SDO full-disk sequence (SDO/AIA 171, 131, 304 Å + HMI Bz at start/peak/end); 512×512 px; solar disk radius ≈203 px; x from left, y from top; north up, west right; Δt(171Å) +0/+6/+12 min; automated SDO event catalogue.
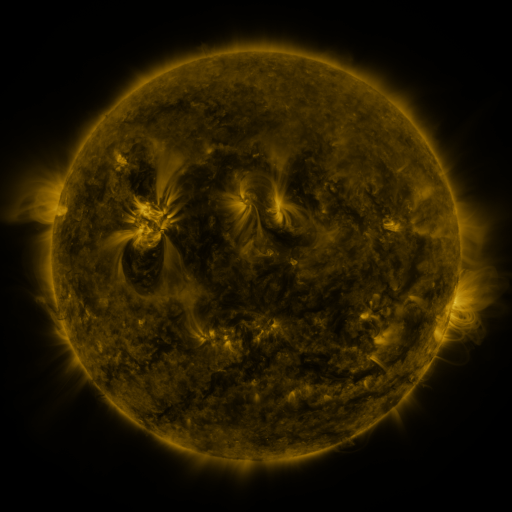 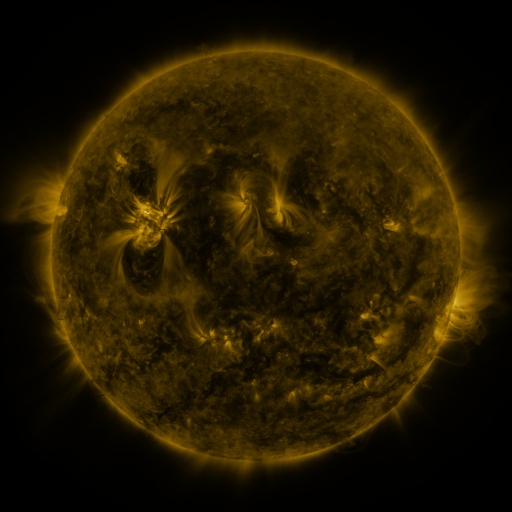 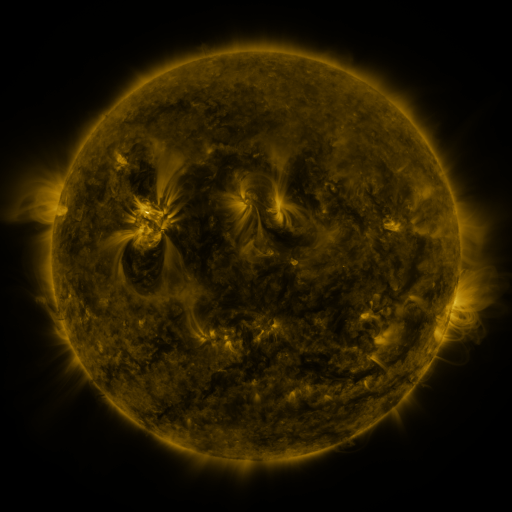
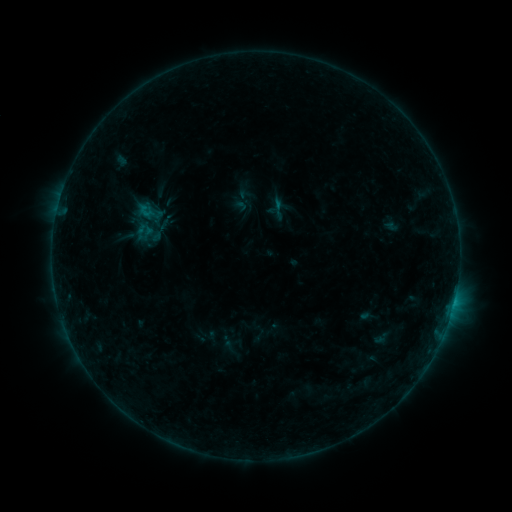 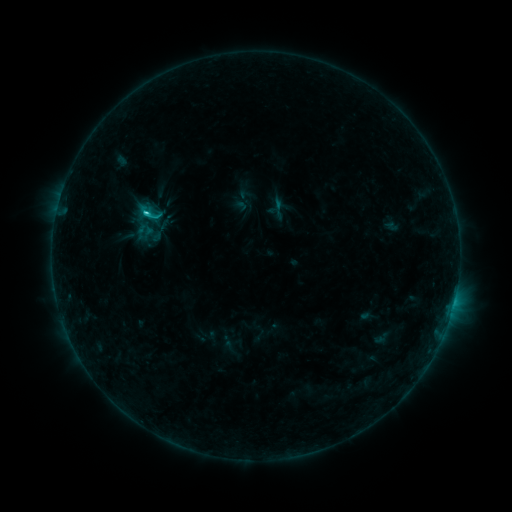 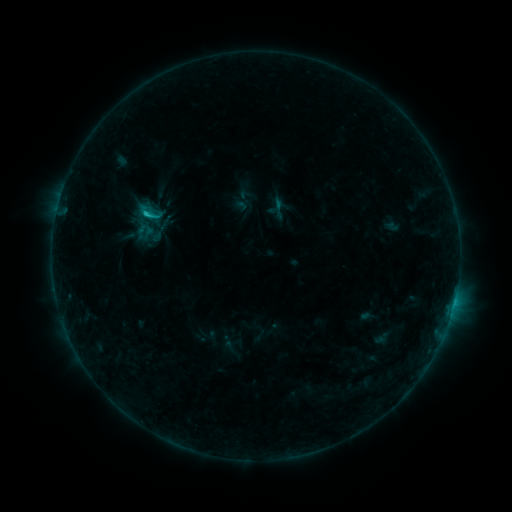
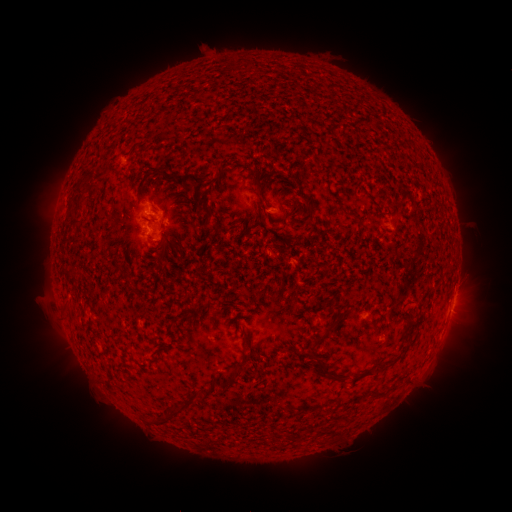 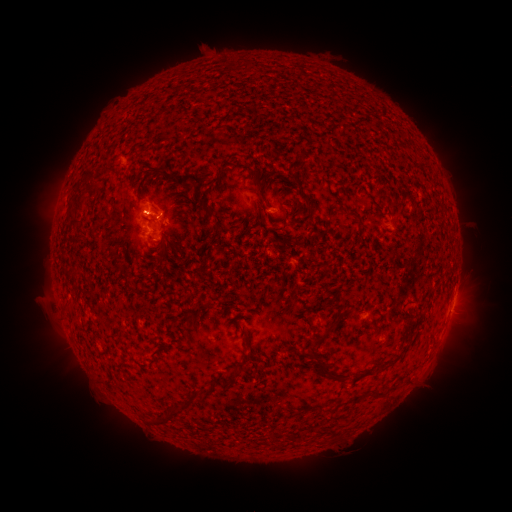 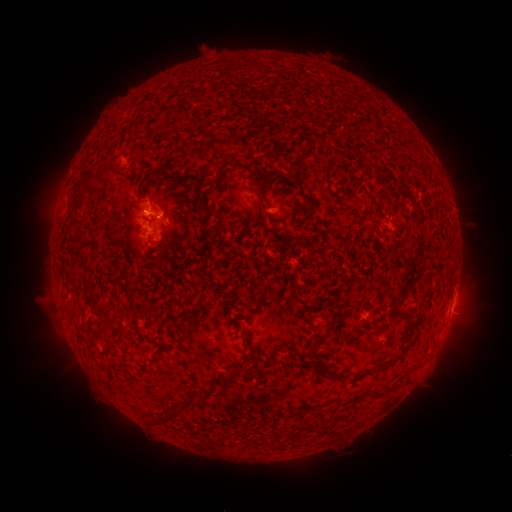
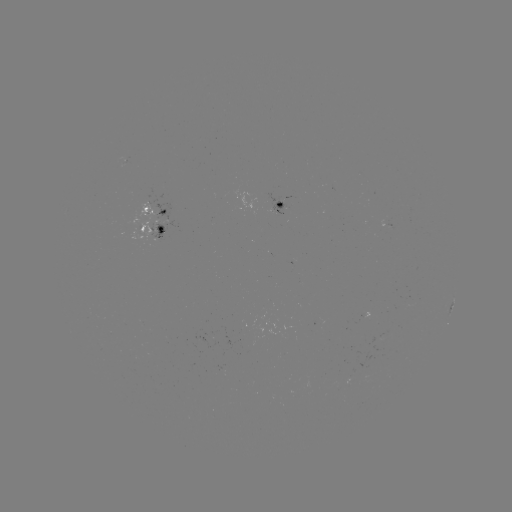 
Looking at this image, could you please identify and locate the C1.3 flare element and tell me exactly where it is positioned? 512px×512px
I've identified C1.3 flare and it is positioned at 147,215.